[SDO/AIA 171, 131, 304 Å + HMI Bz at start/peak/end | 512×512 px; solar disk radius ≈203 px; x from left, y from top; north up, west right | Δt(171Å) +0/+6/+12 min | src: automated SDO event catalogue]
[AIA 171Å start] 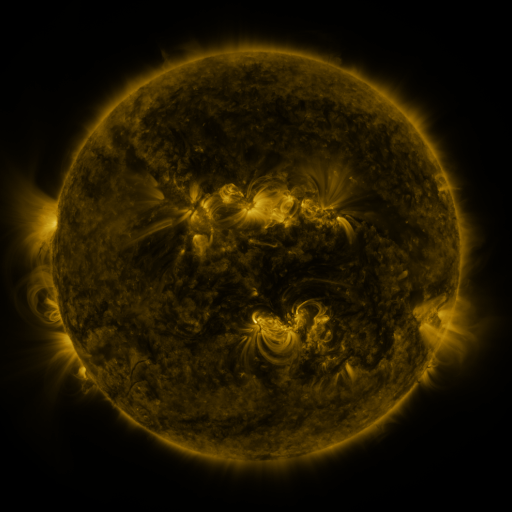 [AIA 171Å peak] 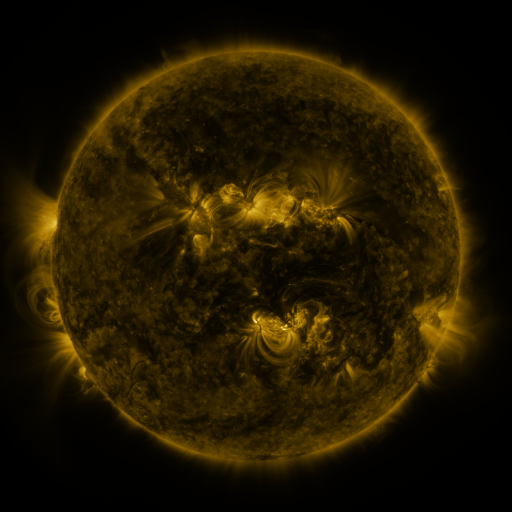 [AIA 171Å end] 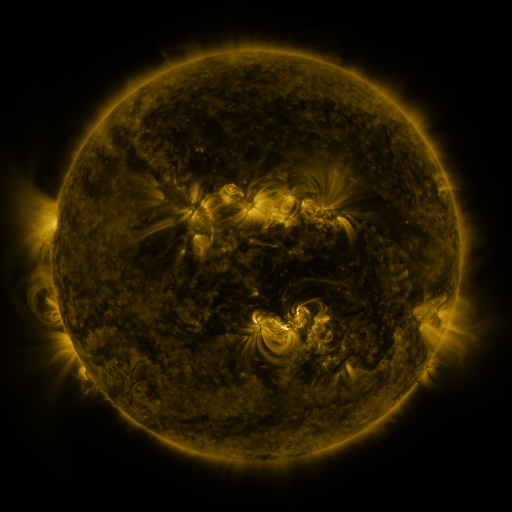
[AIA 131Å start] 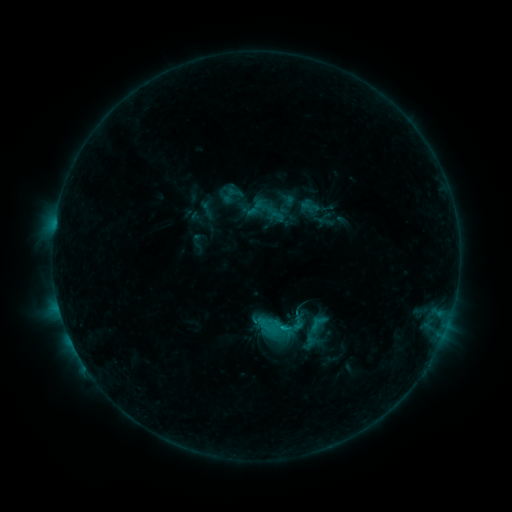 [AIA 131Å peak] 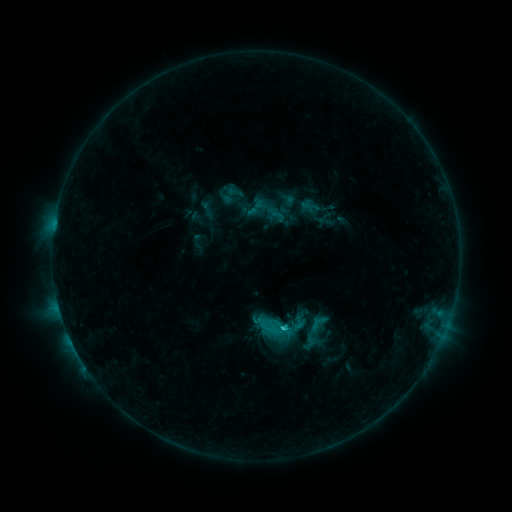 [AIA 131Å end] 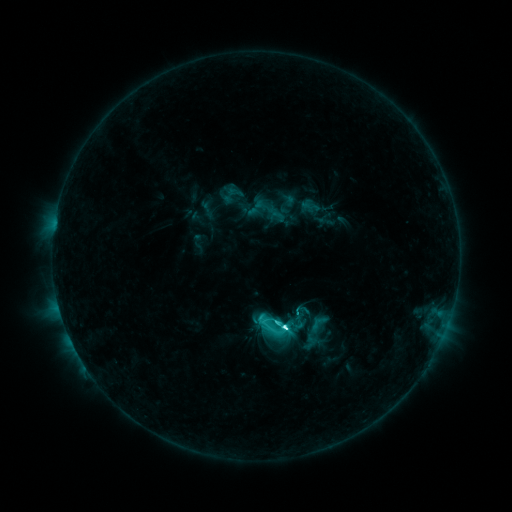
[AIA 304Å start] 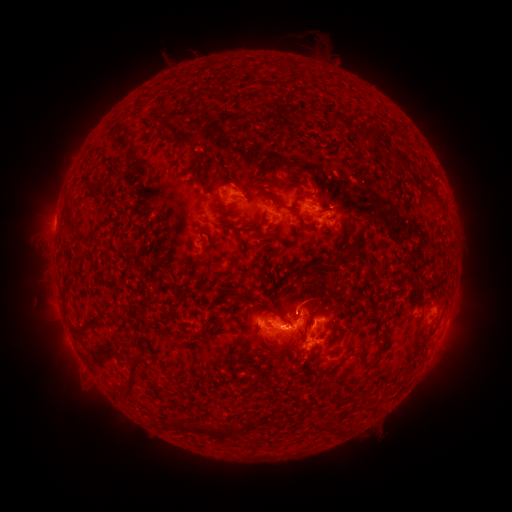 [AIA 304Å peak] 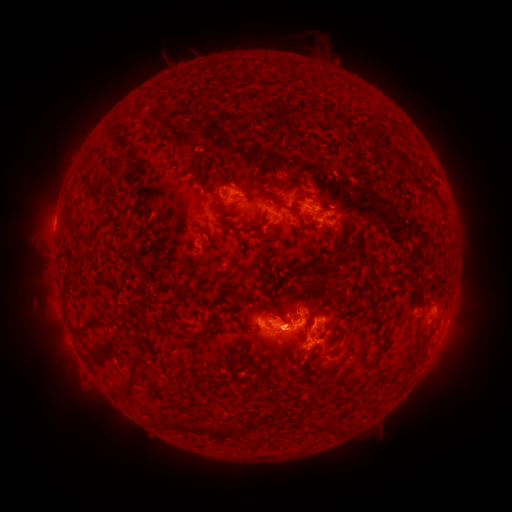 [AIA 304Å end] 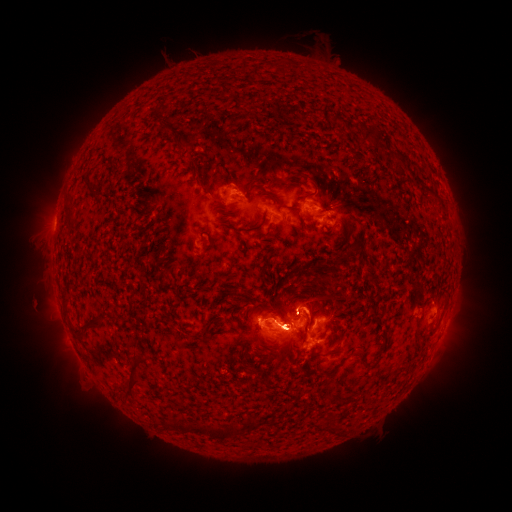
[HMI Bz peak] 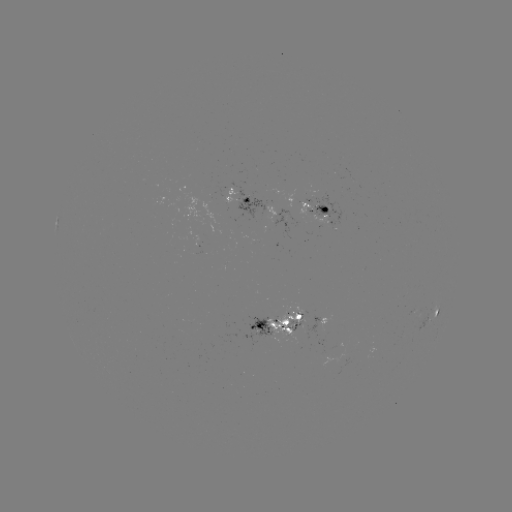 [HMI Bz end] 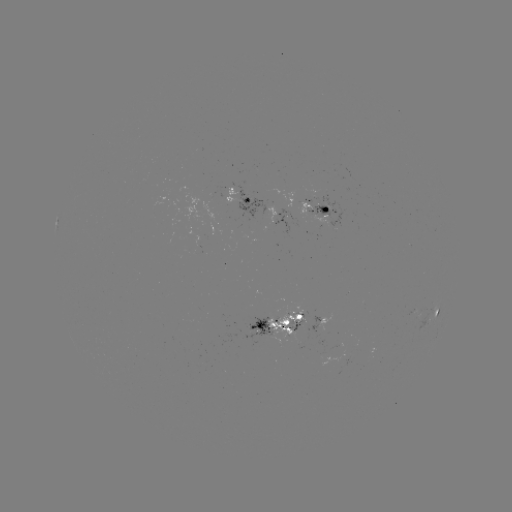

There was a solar flare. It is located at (283, 326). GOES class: C9.0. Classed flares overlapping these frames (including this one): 1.